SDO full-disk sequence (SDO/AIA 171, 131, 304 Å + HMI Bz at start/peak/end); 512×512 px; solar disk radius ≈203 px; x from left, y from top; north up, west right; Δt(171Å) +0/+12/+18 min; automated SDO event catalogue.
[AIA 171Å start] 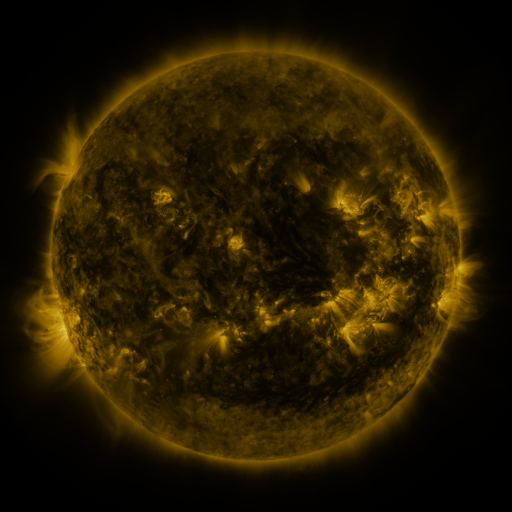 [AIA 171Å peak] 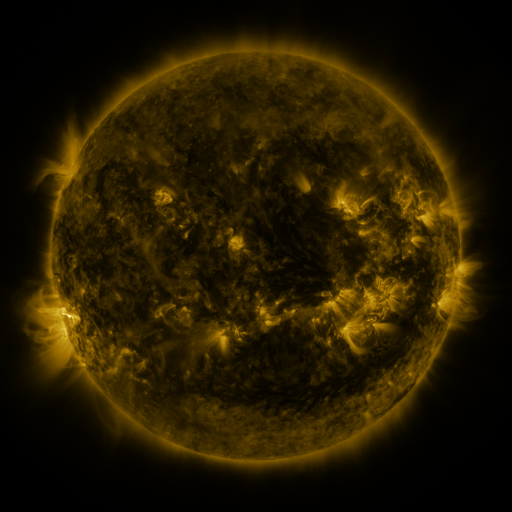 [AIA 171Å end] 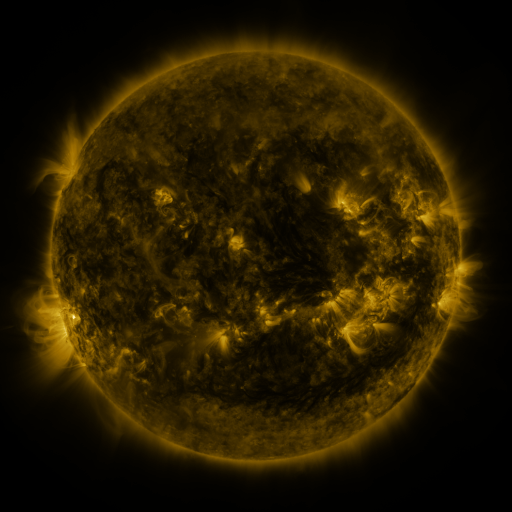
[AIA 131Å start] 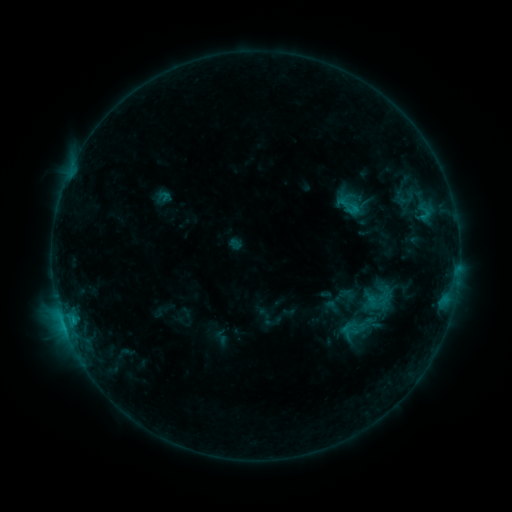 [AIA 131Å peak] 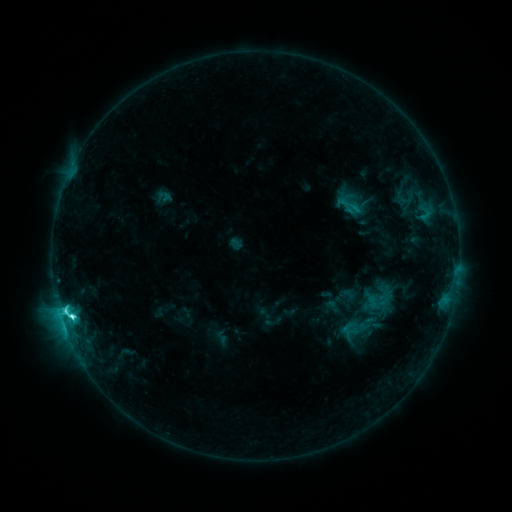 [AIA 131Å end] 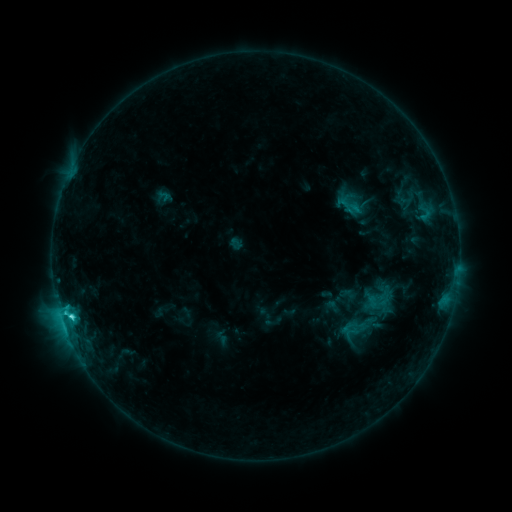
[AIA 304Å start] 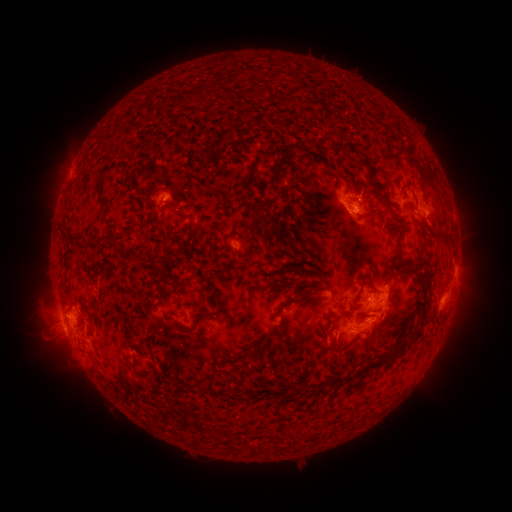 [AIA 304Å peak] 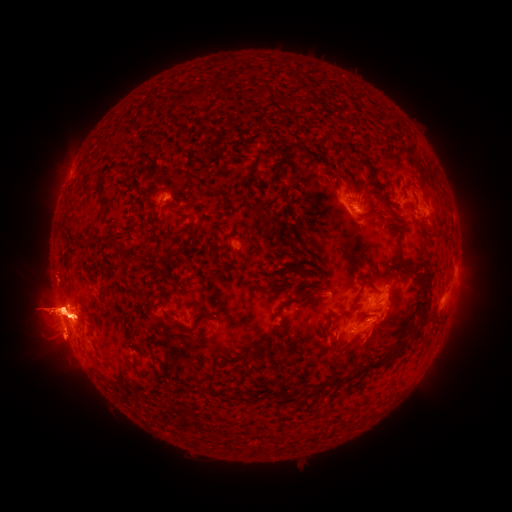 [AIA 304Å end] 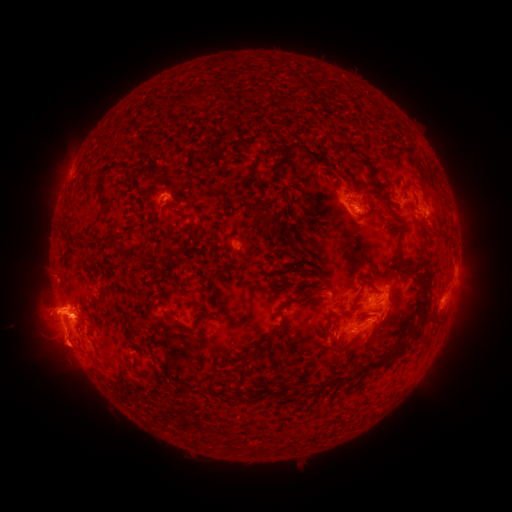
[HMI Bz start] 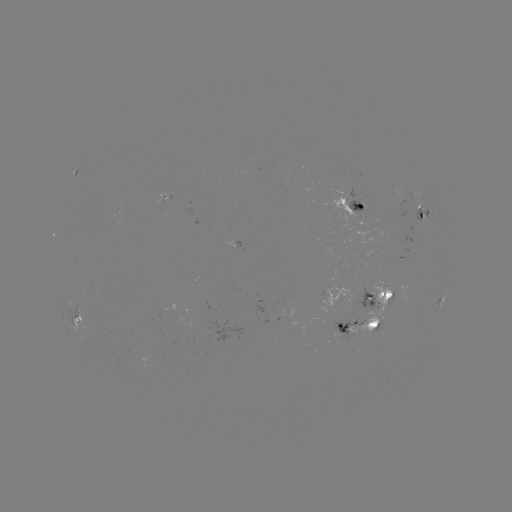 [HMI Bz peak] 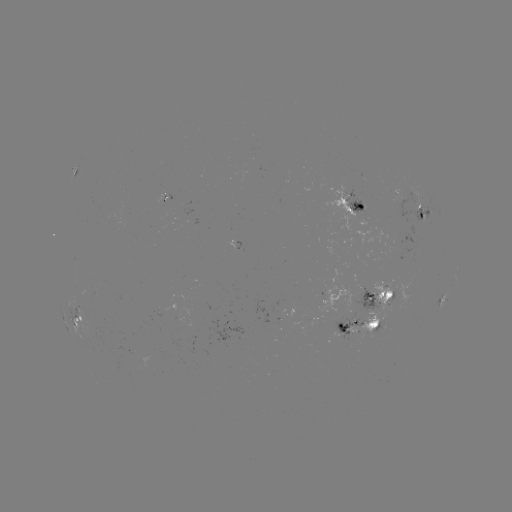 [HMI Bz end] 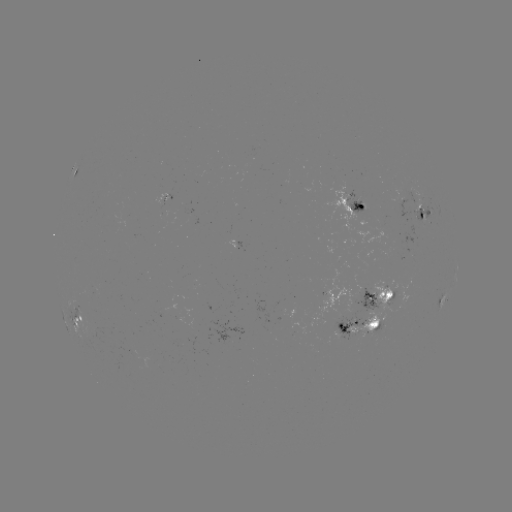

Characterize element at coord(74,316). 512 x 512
C5.0 flare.